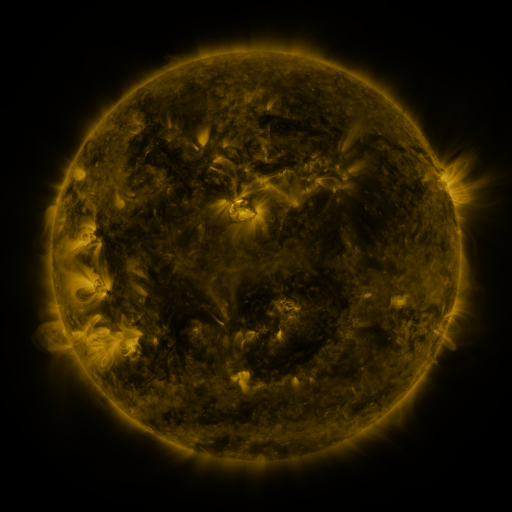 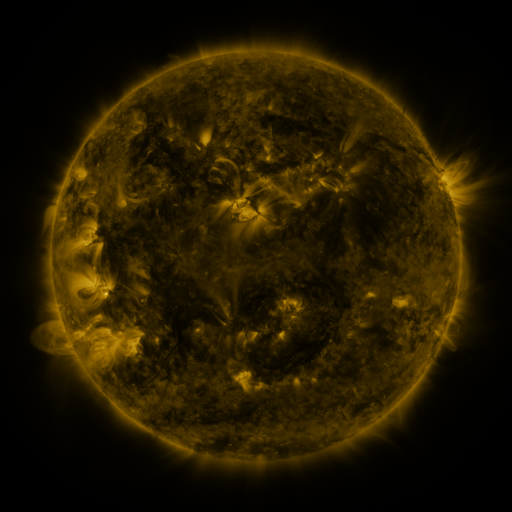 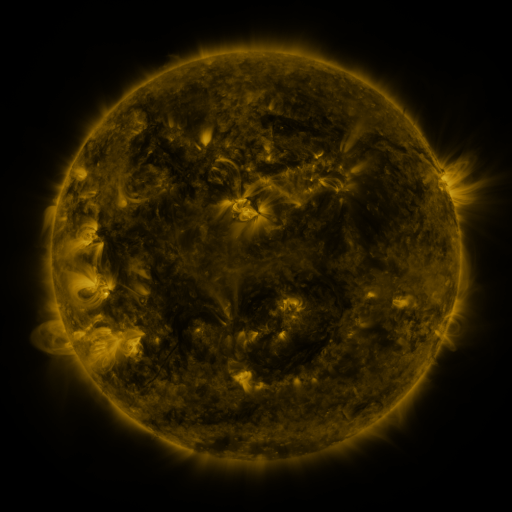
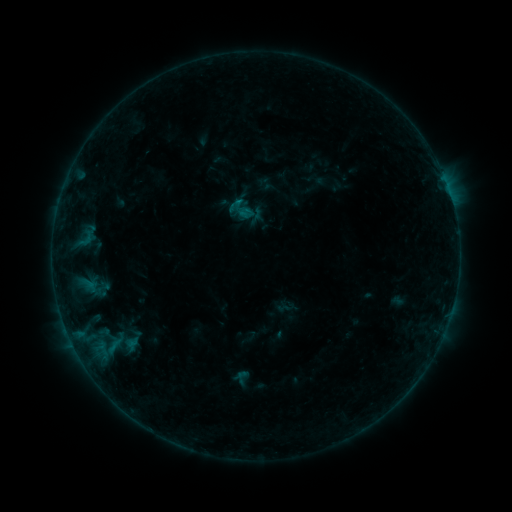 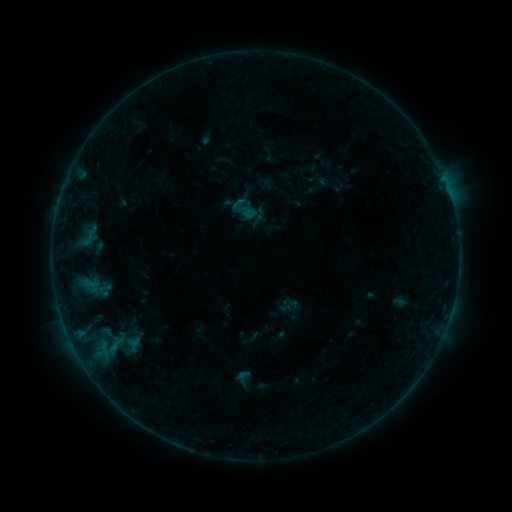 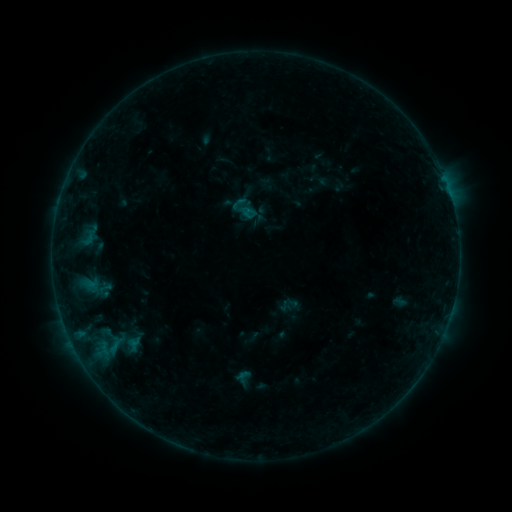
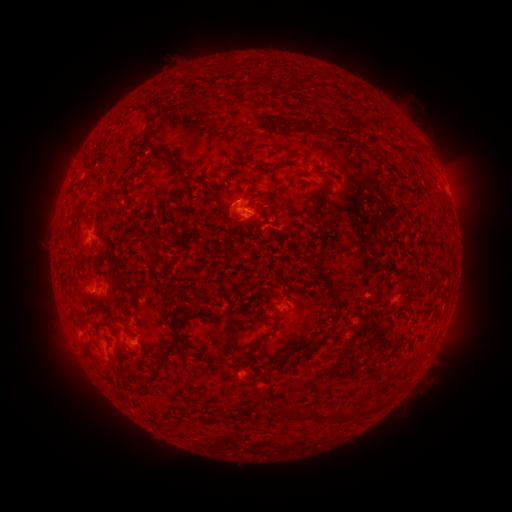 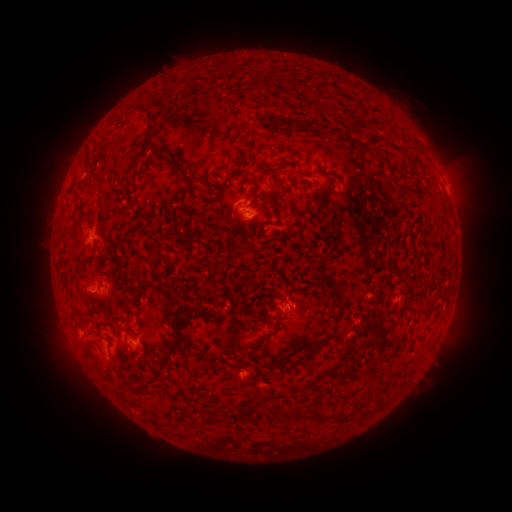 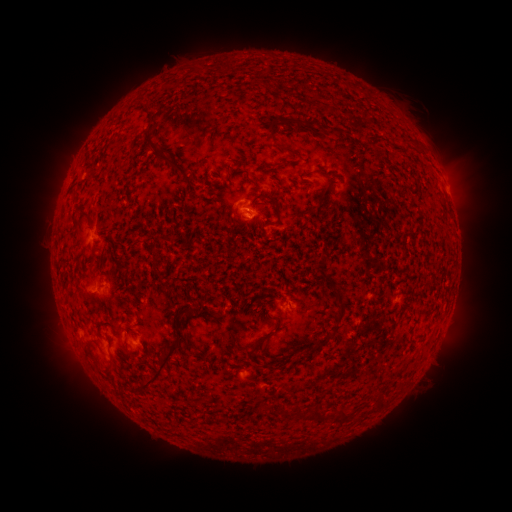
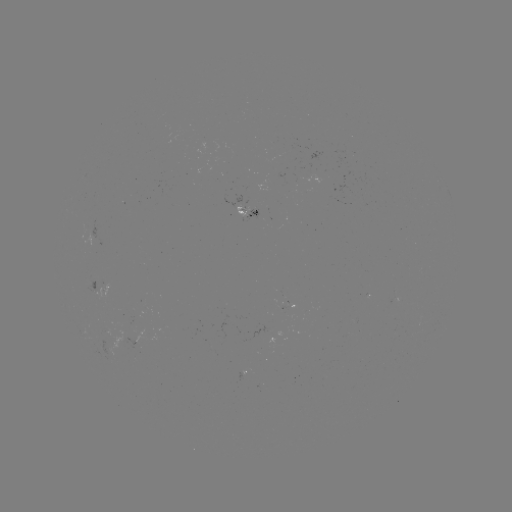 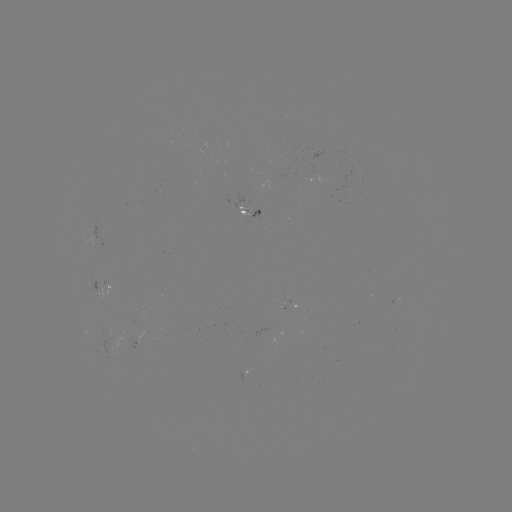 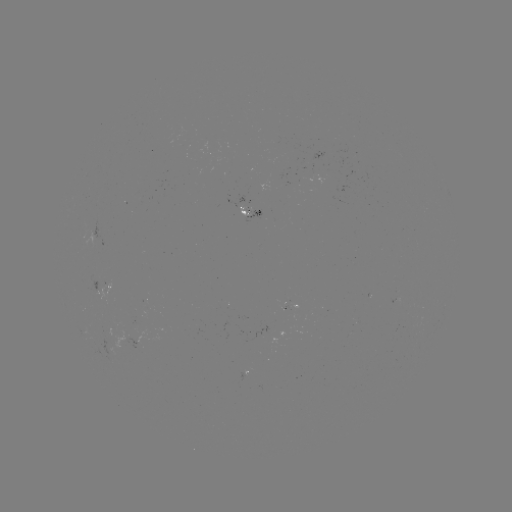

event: emerging-flux region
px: (107, 338)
